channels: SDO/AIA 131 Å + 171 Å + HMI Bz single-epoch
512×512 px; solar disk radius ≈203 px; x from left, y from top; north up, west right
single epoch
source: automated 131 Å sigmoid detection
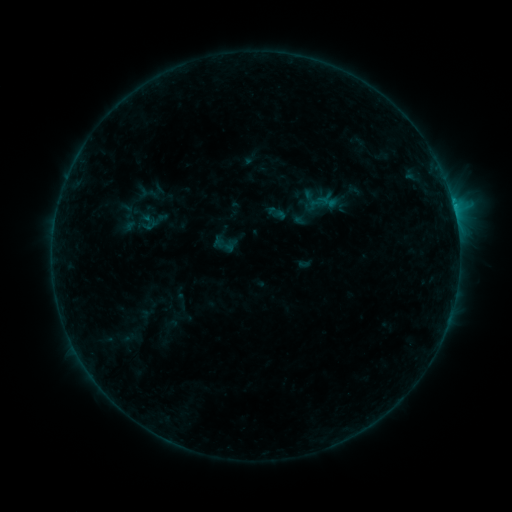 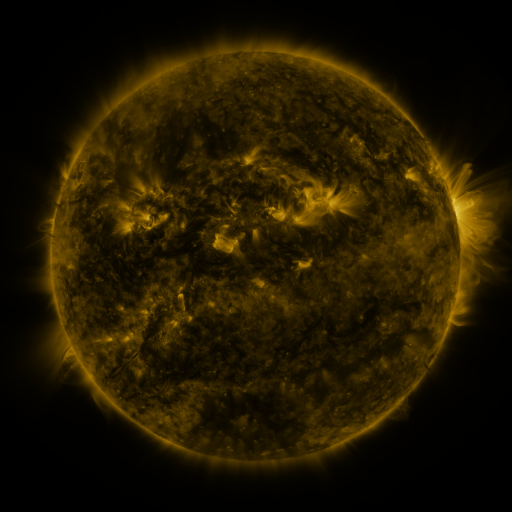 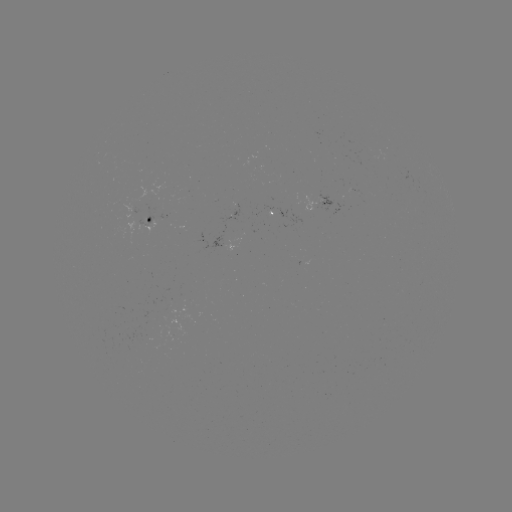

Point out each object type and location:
sigmoid: (275, 211)
